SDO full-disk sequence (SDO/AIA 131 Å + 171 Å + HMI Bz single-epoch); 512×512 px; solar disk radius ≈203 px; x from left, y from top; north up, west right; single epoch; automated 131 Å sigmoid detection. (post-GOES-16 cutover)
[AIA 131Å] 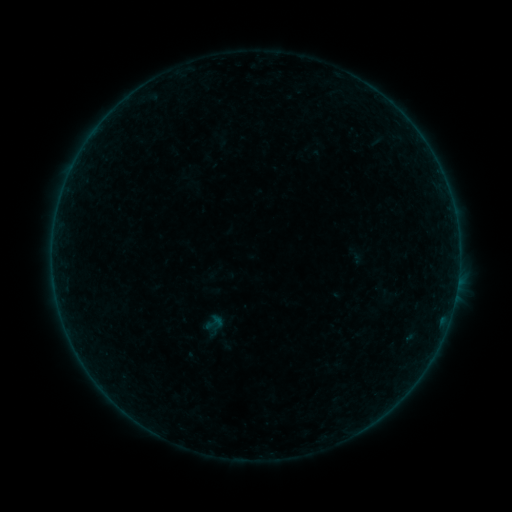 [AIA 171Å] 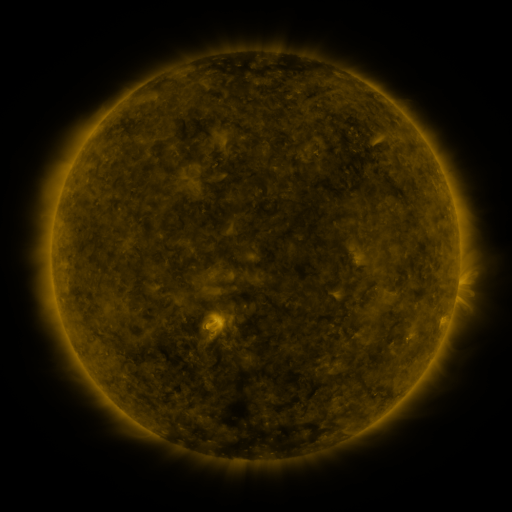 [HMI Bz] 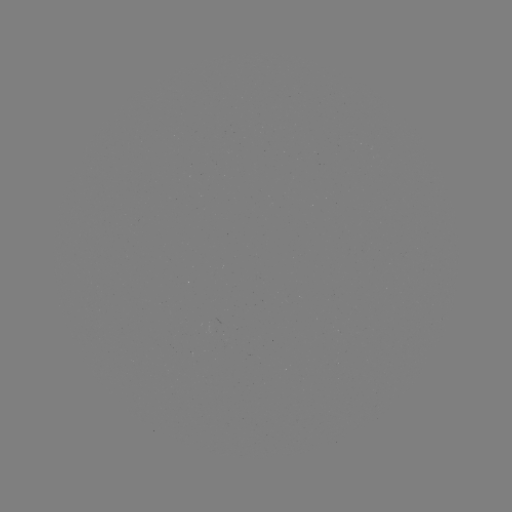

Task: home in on sigmoid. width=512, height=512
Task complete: (213, 323).